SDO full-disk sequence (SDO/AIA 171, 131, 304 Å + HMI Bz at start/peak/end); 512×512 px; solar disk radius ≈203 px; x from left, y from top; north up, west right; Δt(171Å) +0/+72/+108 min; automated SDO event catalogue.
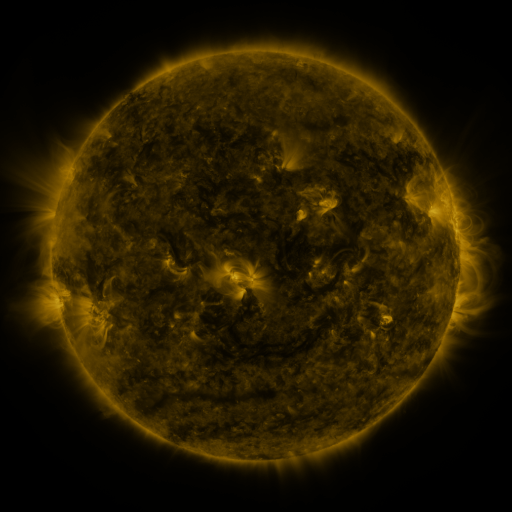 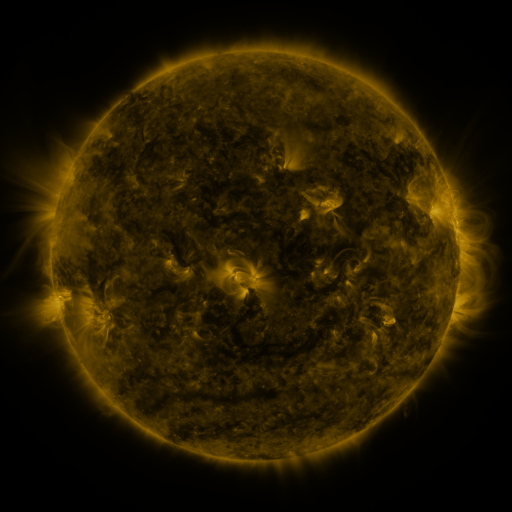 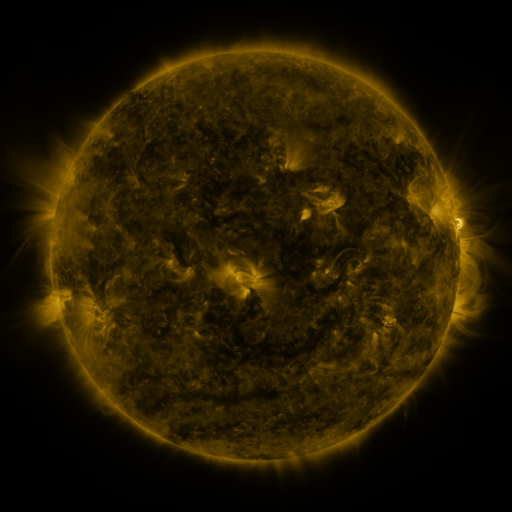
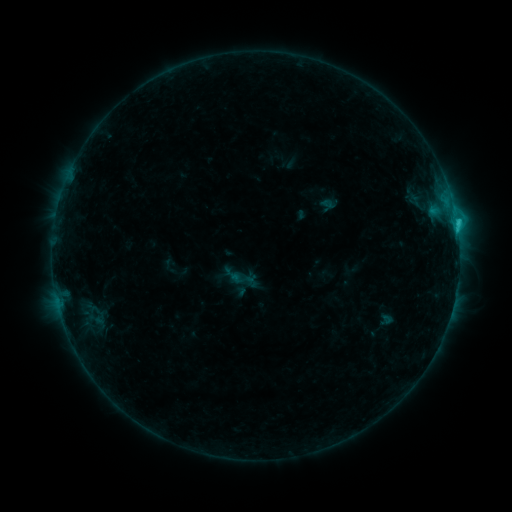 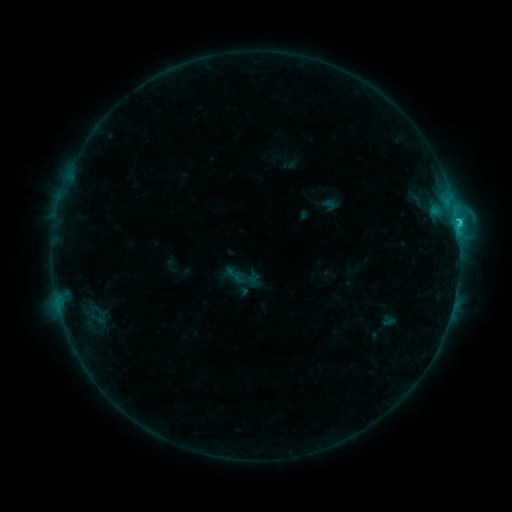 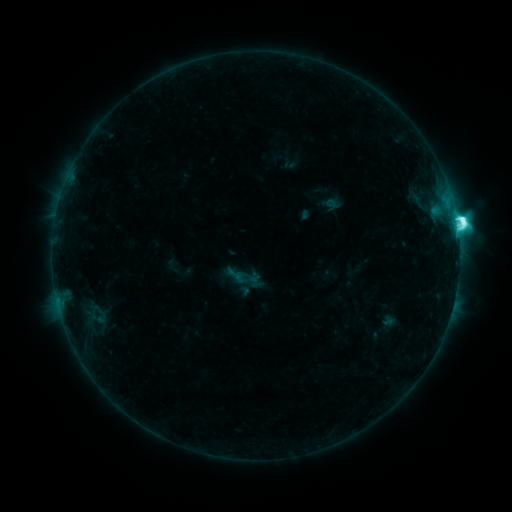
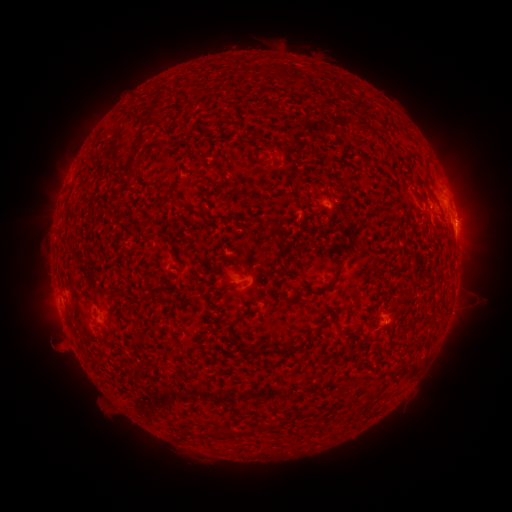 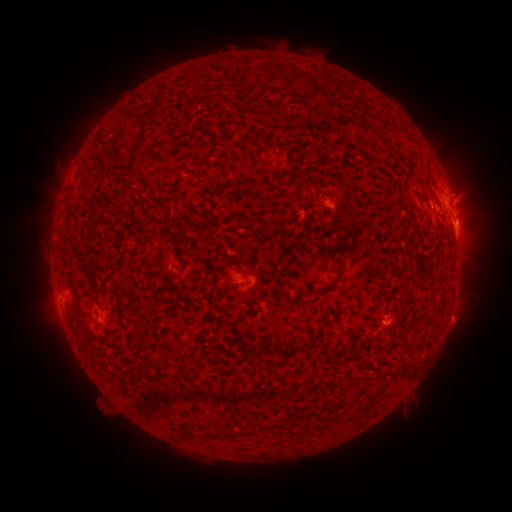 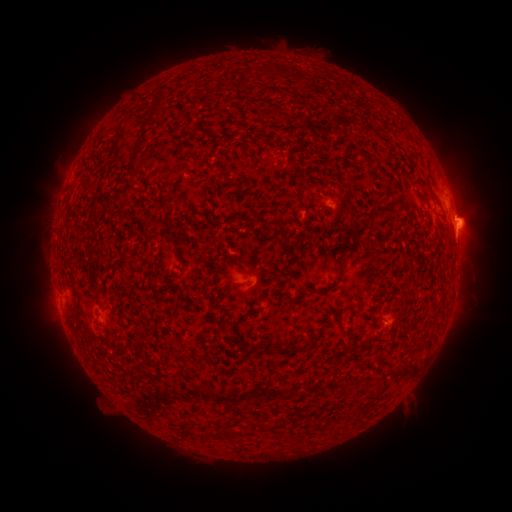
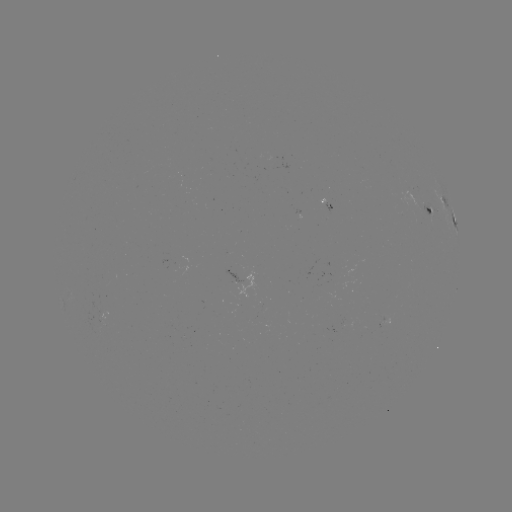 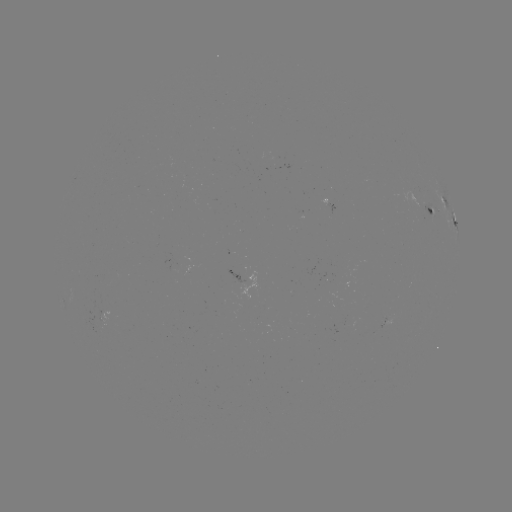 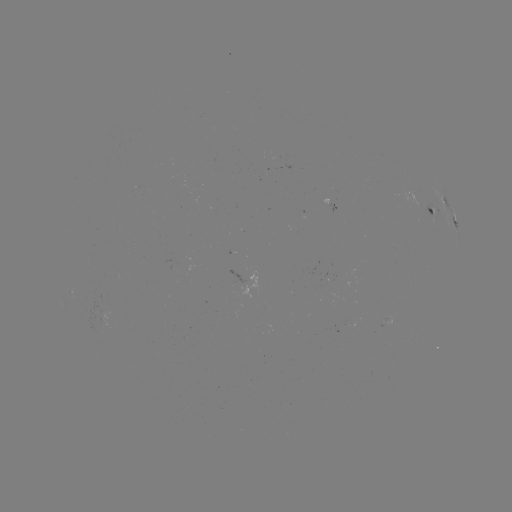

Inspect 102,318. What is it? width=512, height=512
emerging-flux region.